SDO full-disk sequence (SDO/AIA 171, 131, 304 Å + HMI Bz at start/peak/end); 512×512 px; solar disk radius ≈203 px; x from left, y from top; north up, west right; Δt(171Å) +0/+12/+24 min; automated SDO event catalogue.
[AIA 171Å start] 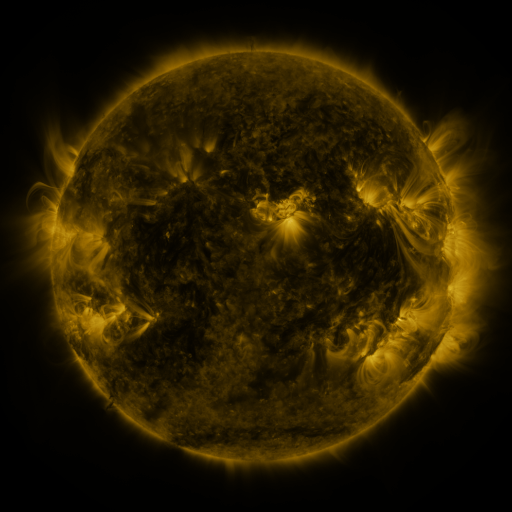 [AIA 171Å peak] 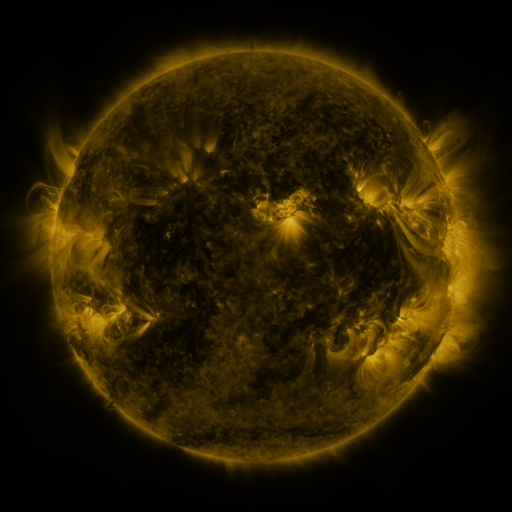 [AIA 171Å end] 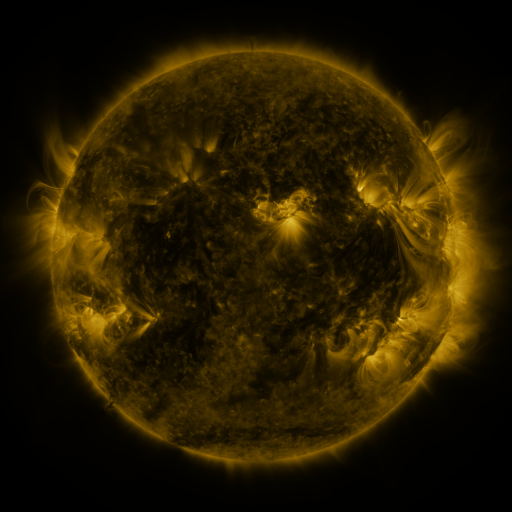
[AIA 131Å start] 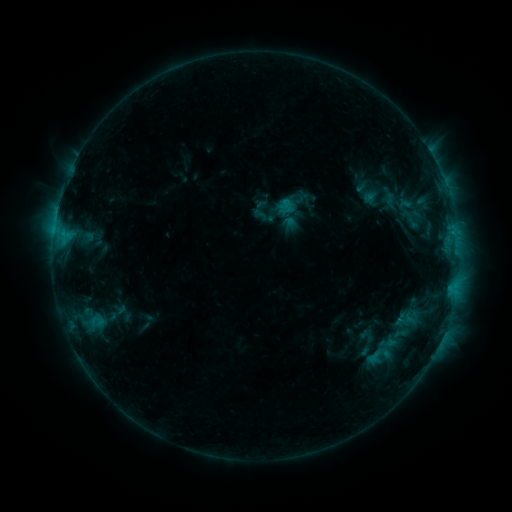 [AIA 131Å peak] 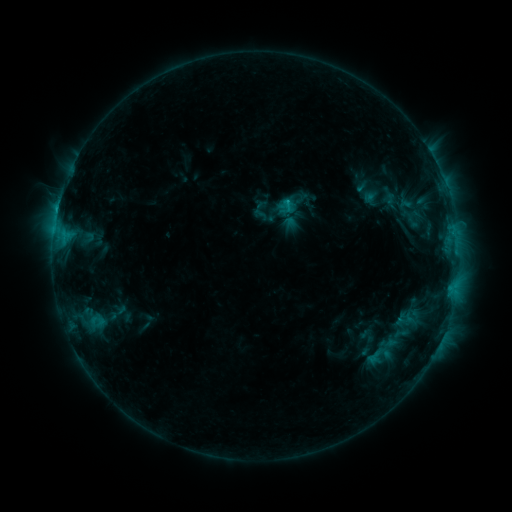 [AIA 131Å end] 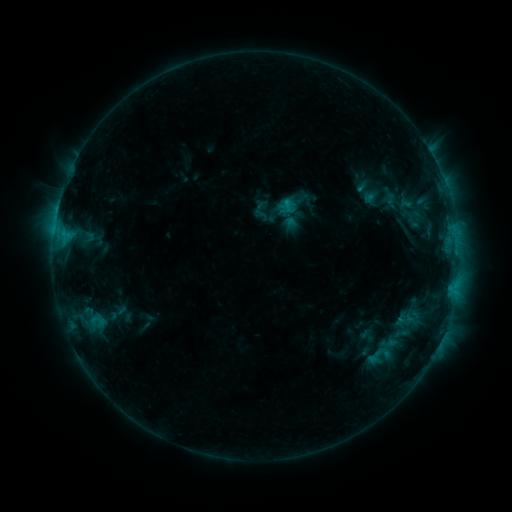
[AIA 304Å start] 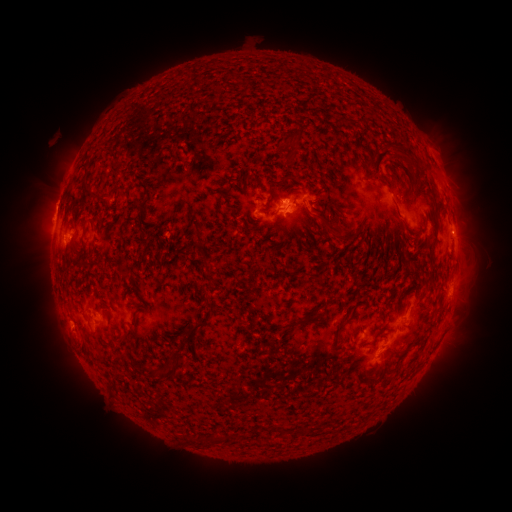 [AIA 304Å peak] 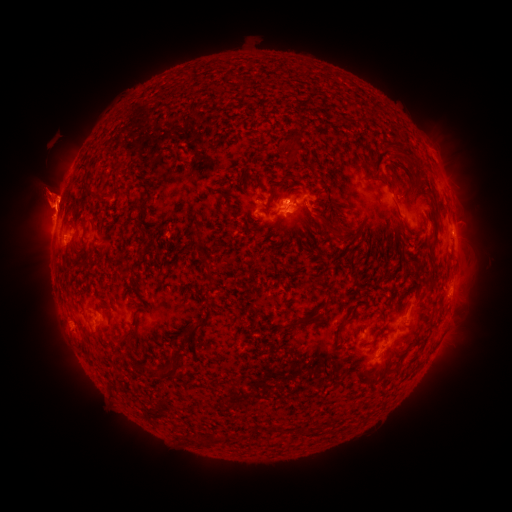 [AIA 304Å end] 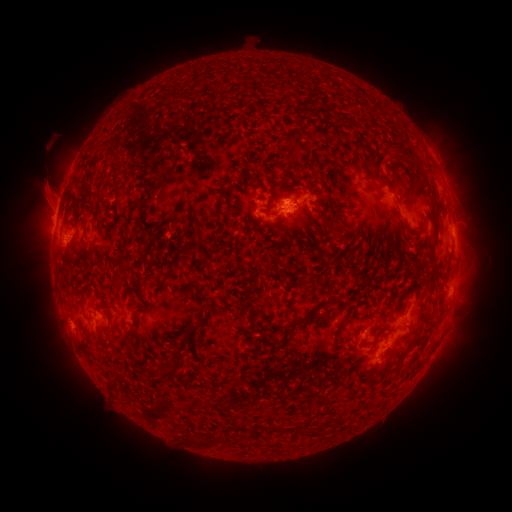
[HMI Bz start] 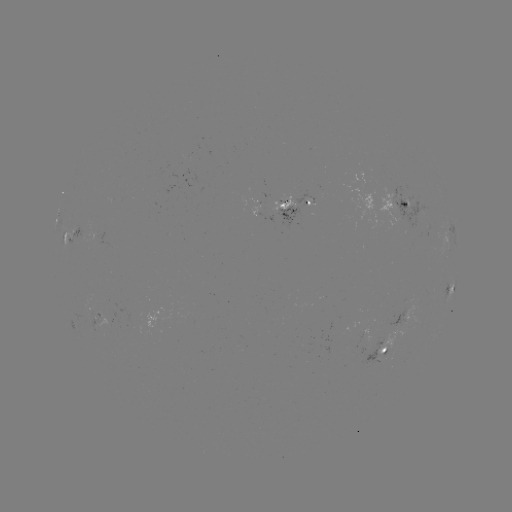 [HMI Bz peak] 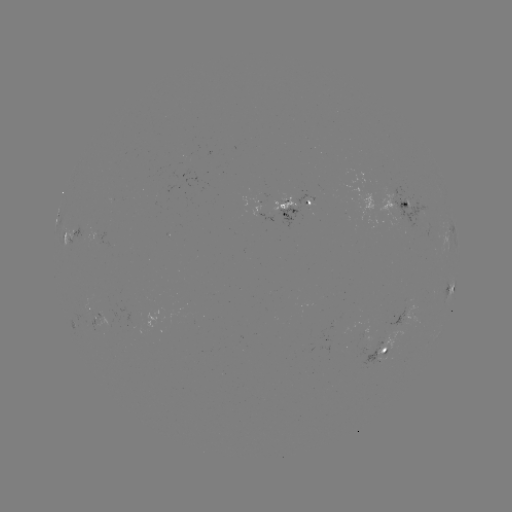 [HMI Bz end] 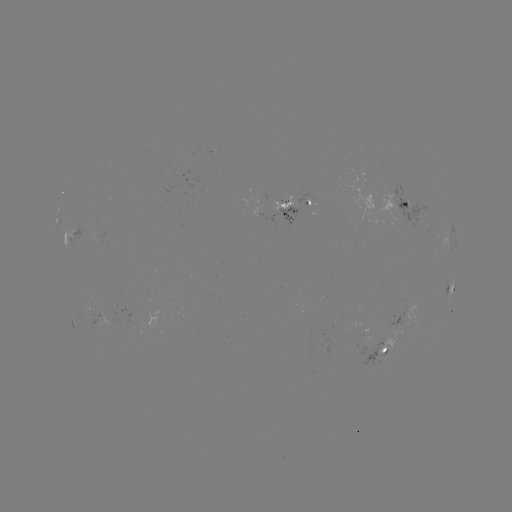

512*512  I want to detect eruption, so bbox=[0, 129, 103, 281].